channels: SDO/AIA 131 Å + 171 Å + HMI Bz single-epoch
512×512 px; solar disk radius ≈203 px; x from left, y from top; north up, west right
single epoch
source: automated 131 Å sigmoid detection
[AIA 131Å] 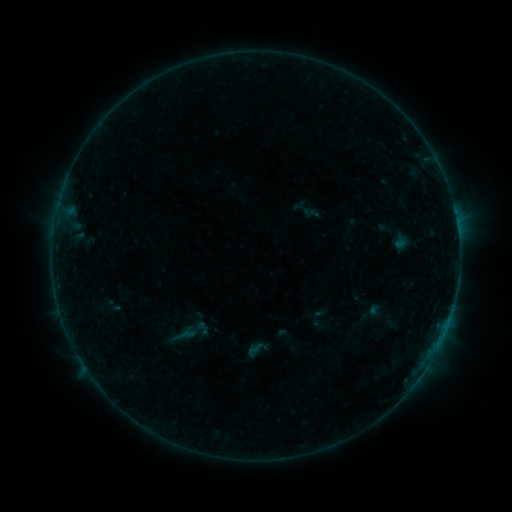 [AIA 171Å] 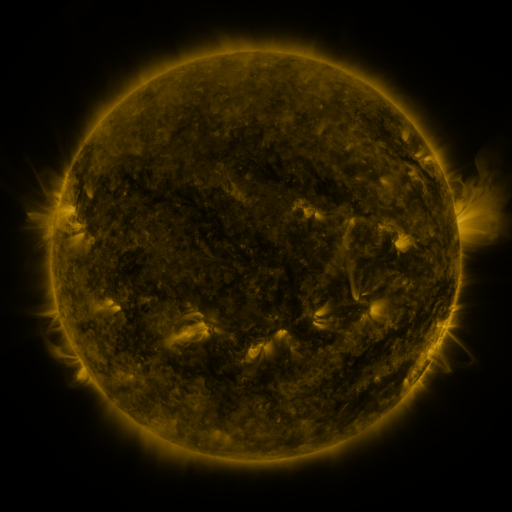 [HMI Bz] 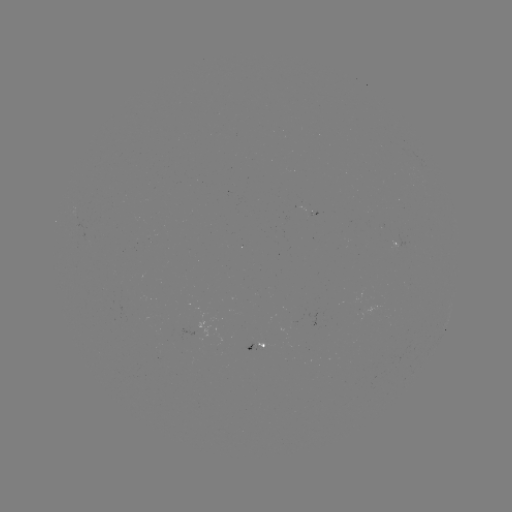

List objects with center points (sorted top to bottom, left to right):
sigmoid: [172, 324, 197, 346]
